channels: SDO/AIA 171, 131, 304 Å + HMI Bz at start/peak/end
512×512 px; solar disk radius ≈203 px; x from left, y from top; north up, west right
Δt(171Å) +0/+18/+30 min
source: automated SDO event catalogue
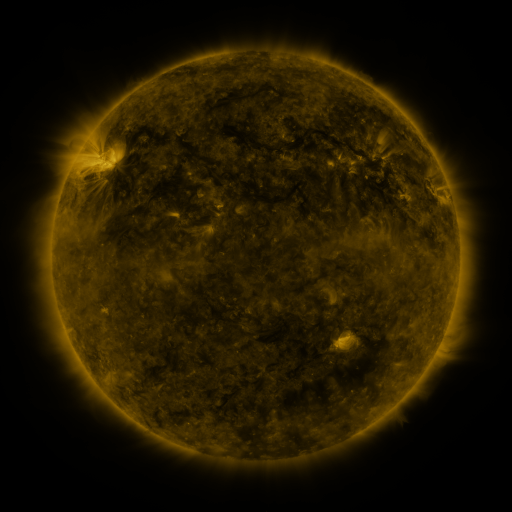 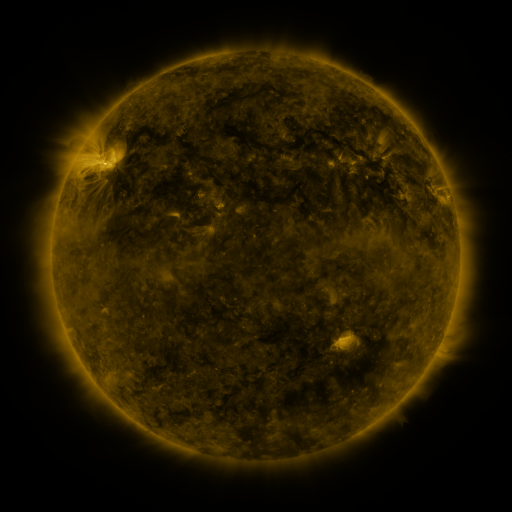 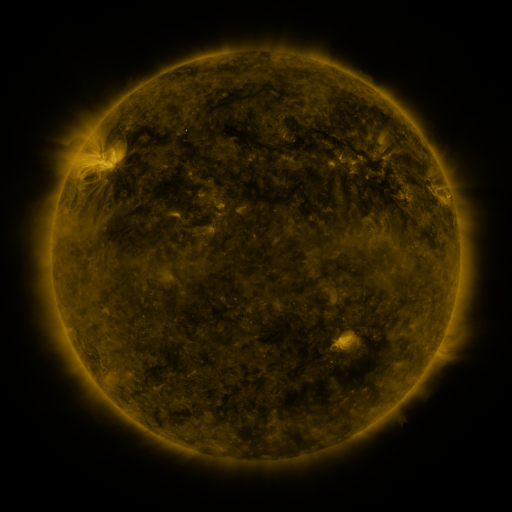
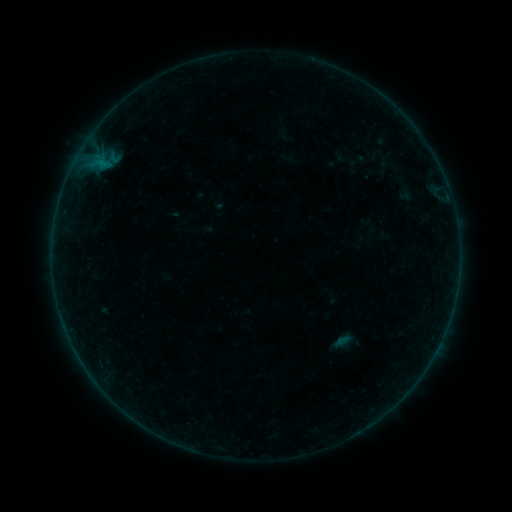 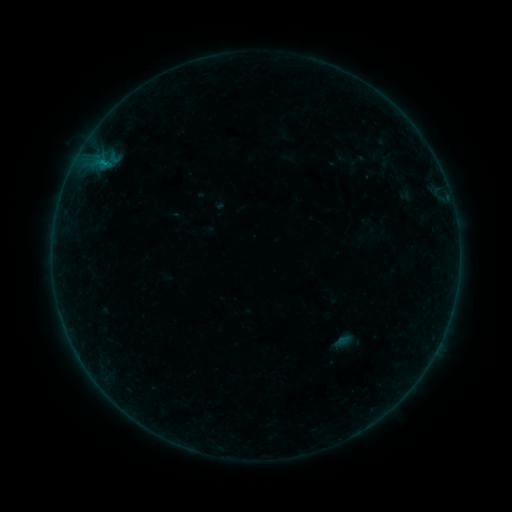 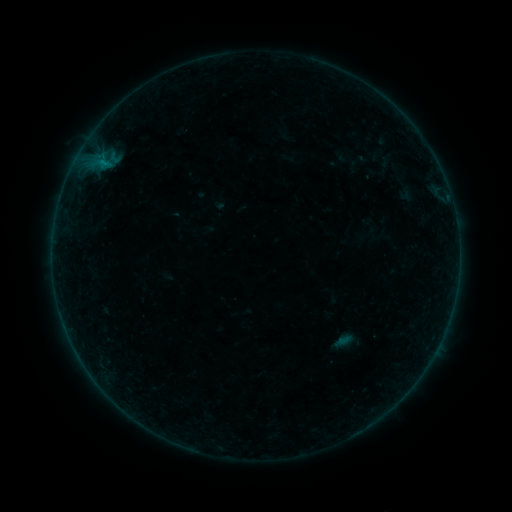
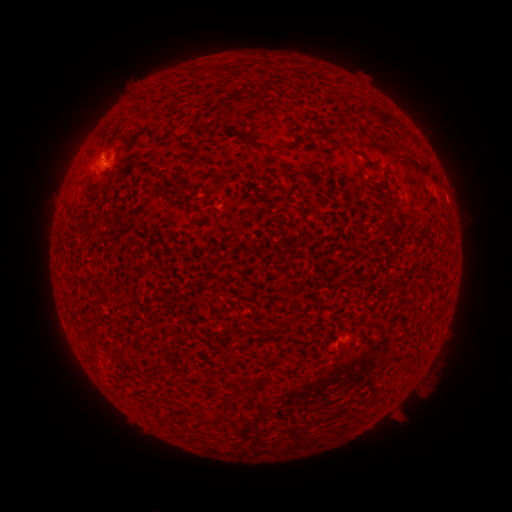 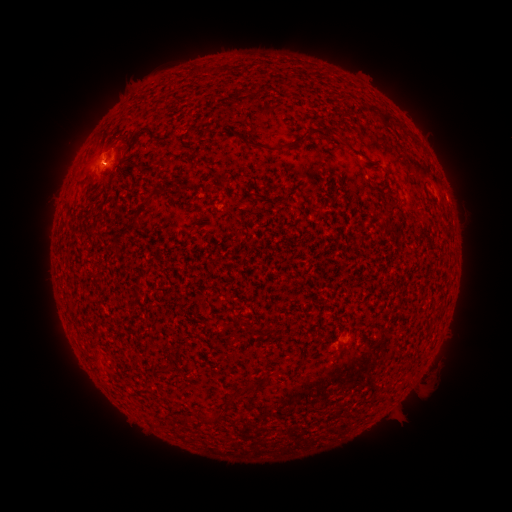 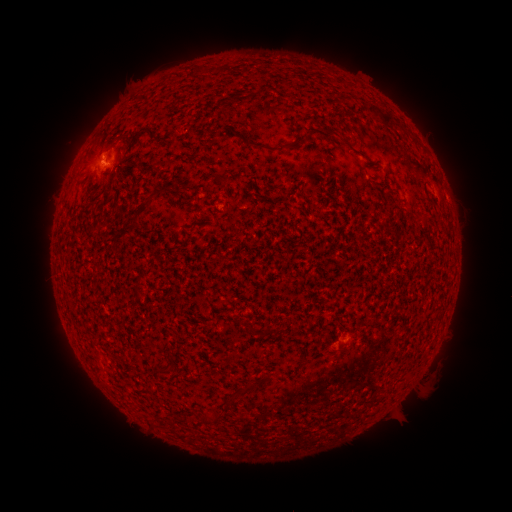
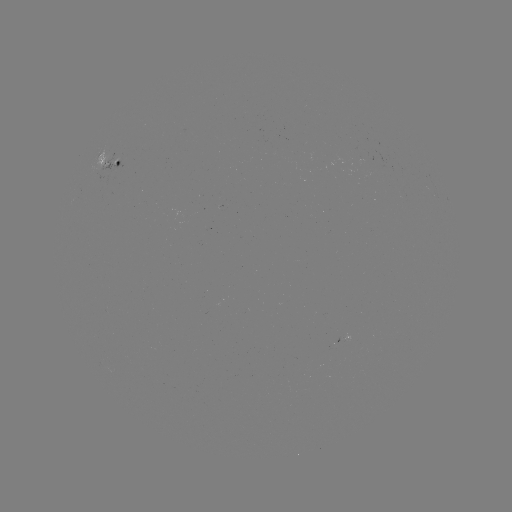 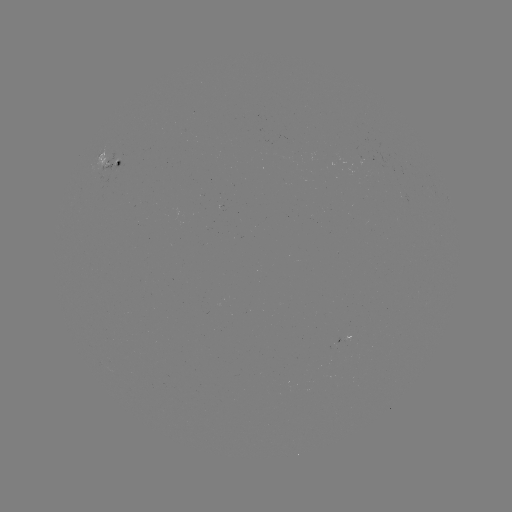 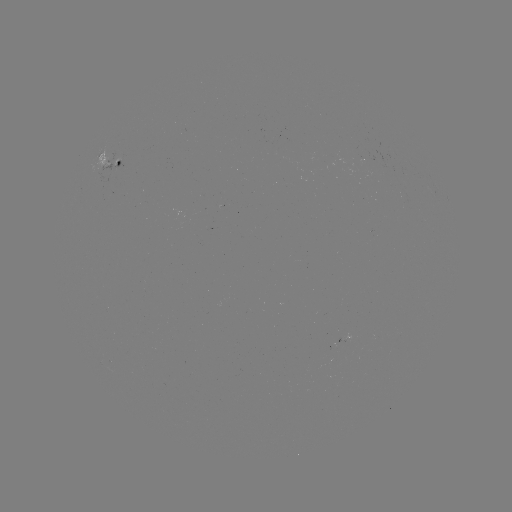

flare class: B1.7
